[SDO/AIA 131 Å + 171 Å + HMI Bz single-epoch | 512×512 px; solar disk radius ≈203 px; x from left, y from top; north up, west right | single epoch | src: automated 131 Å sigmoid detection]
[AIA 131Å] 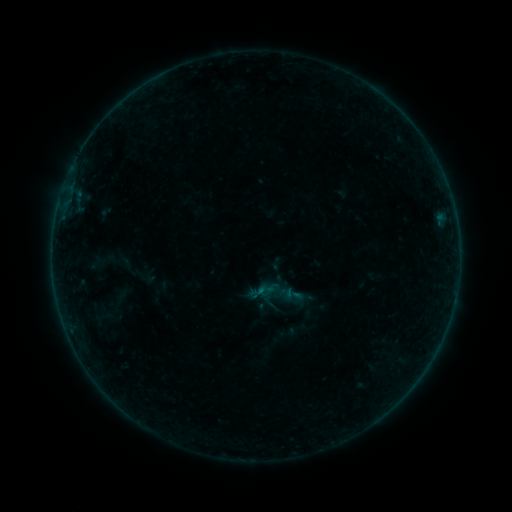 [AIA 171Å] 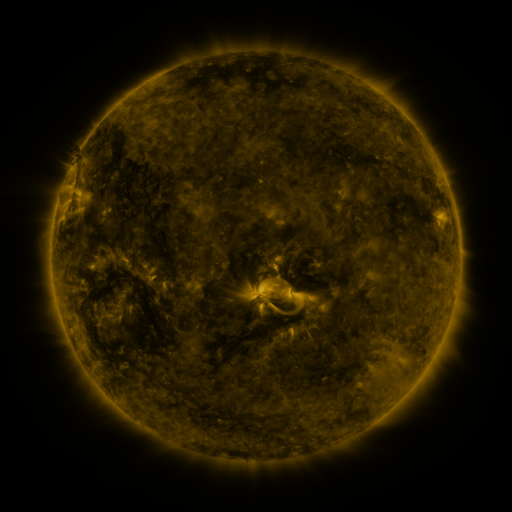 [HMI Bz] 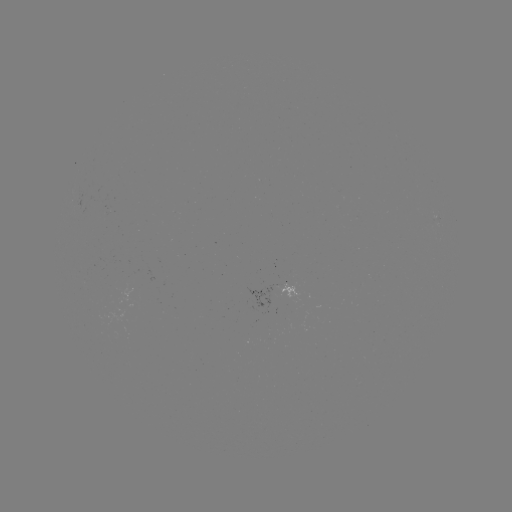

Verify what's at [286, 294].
sigmoid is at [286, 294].